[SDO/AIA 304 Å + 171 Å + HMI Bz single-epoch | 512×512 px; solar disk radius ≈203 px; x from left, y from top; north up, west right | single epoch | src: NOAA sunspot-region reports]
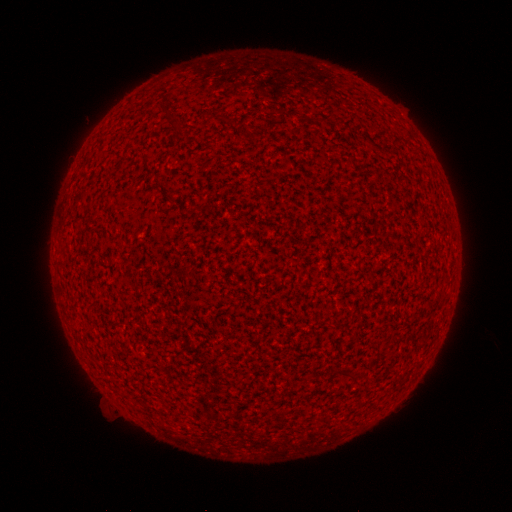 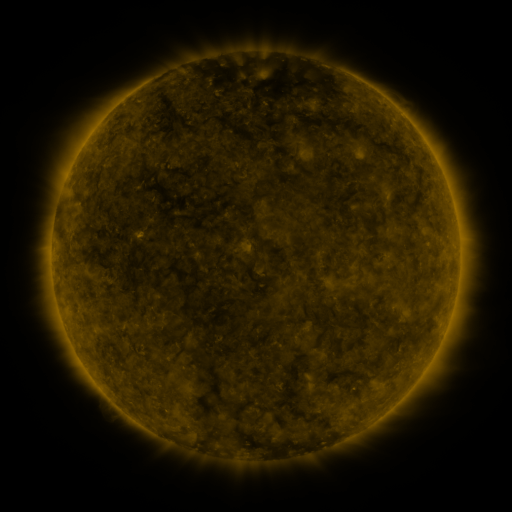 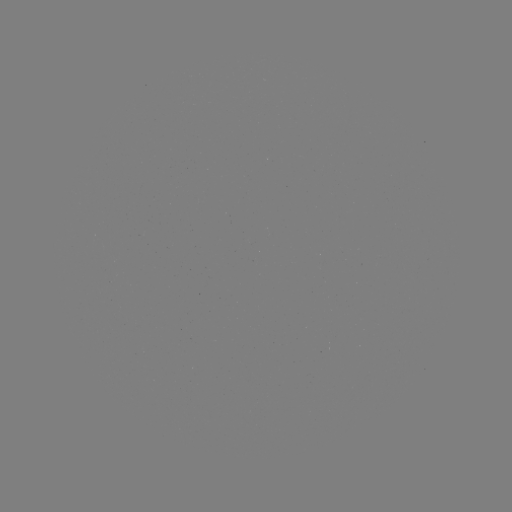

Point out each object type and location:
(none)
